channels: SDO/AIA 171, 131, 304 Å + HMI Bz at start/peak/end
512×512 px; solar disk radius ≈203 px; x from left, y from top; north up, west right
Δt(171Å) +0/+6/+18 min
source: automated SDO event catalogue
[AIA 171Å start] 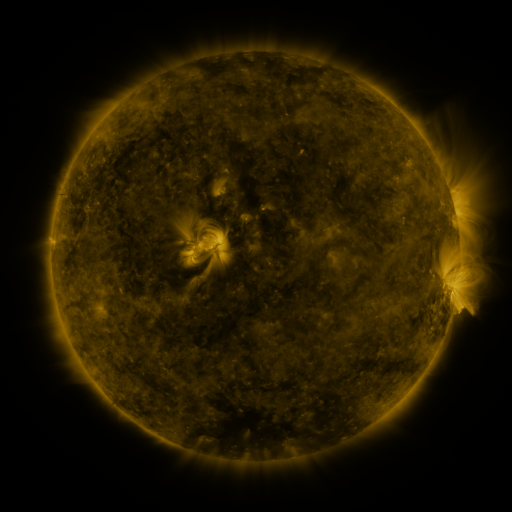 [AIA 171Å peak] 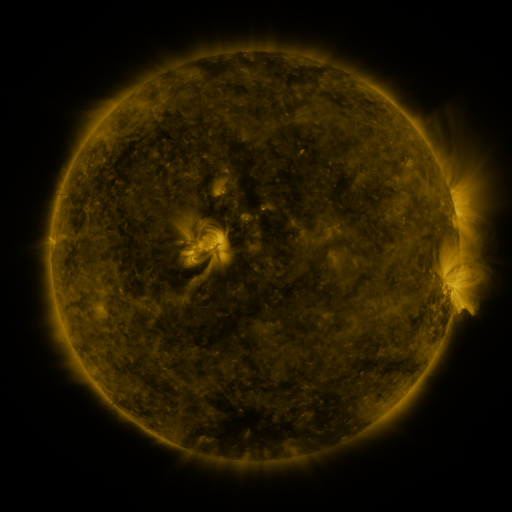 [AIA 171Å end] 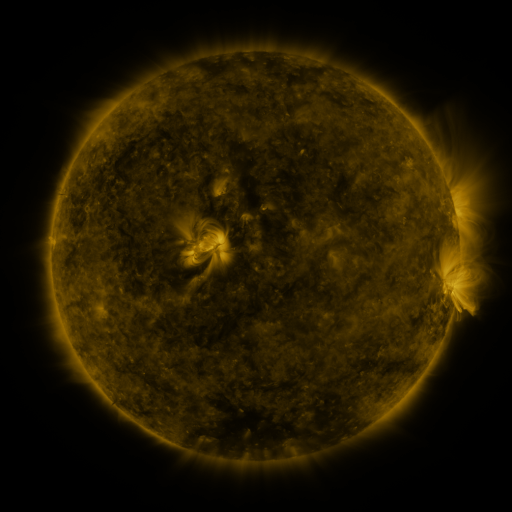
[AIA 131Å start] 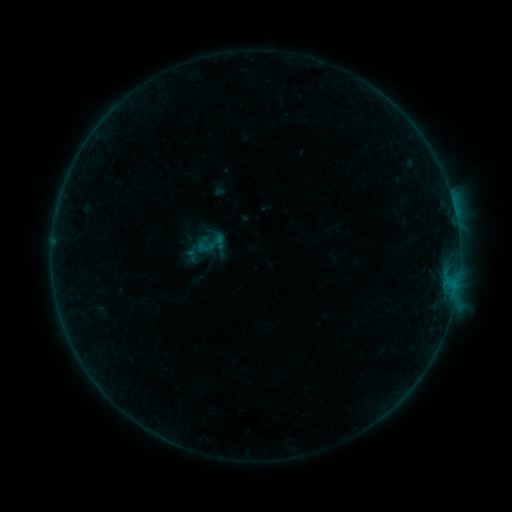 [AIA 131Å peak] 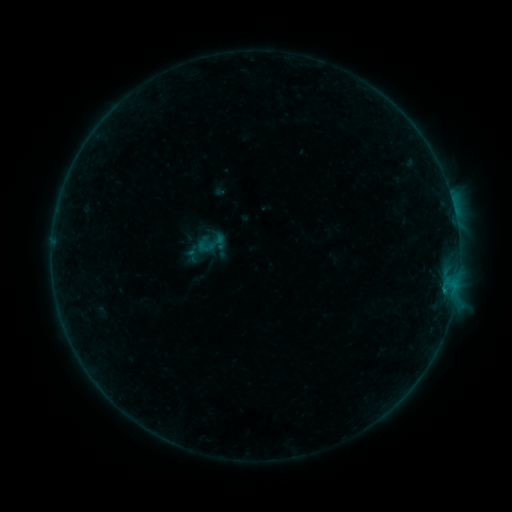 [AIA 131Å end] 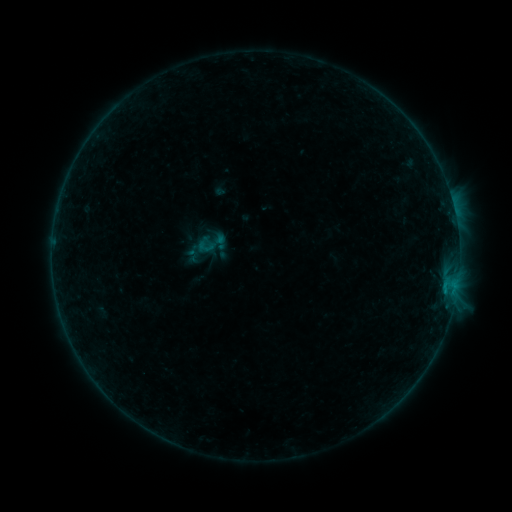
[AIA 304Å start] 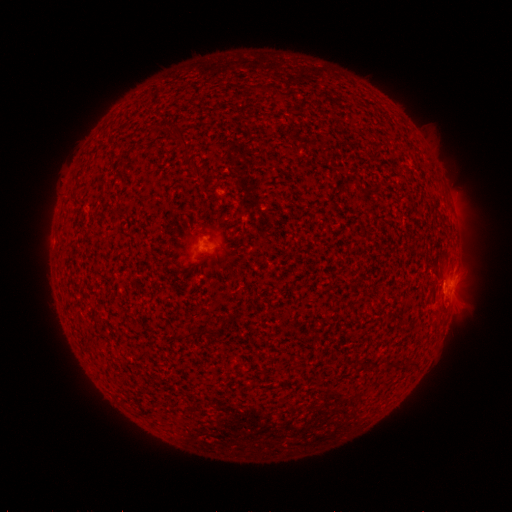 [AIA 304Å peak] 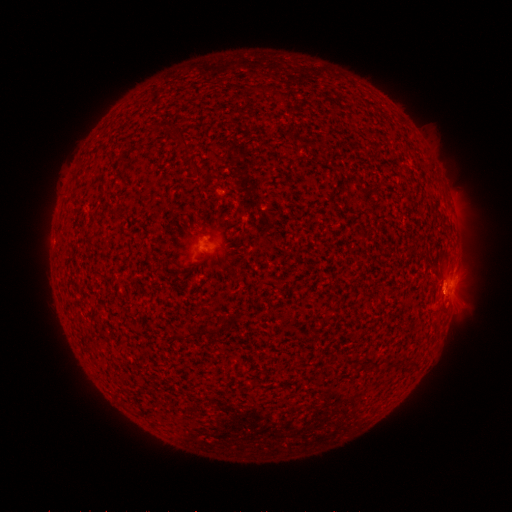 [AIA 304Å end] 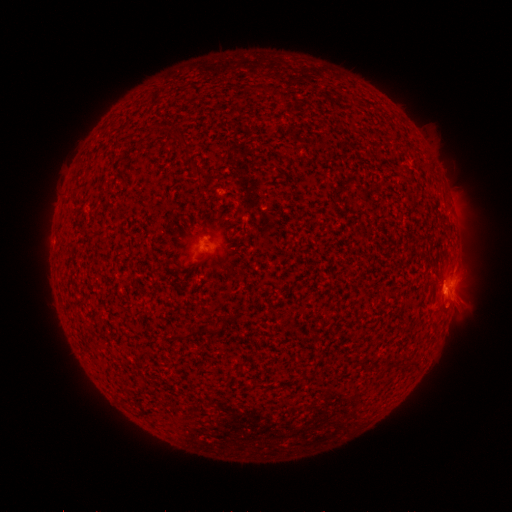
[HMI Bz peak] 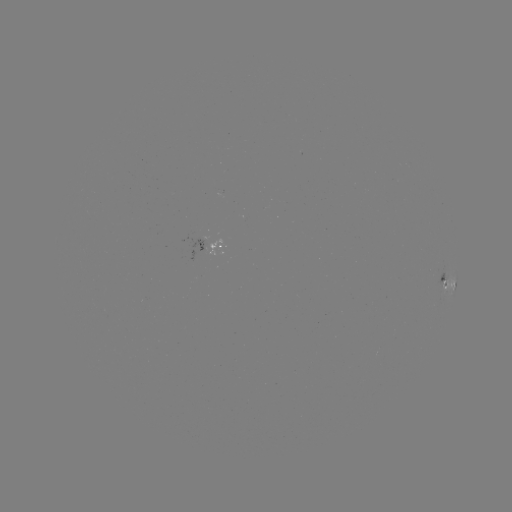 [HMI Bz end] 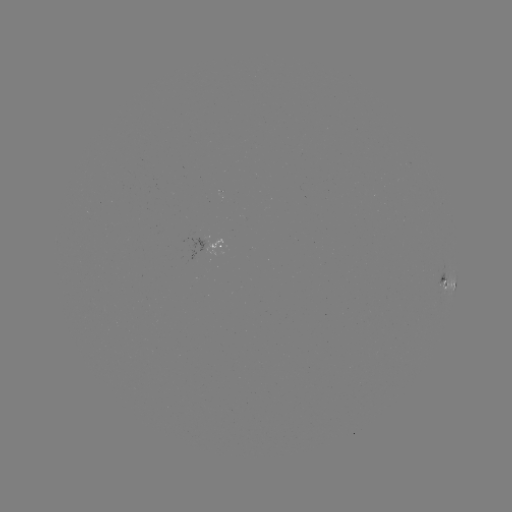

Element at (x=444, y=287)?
B5.5 flare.